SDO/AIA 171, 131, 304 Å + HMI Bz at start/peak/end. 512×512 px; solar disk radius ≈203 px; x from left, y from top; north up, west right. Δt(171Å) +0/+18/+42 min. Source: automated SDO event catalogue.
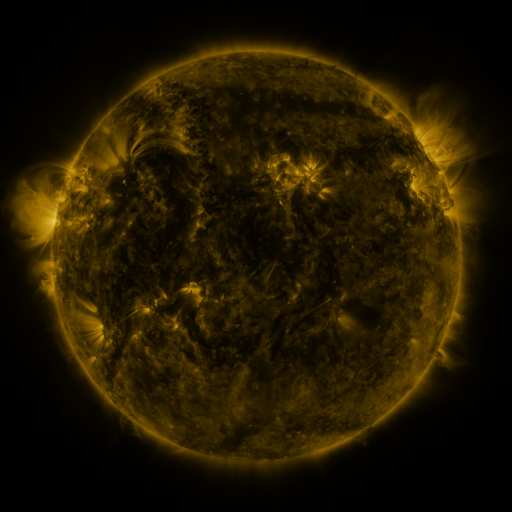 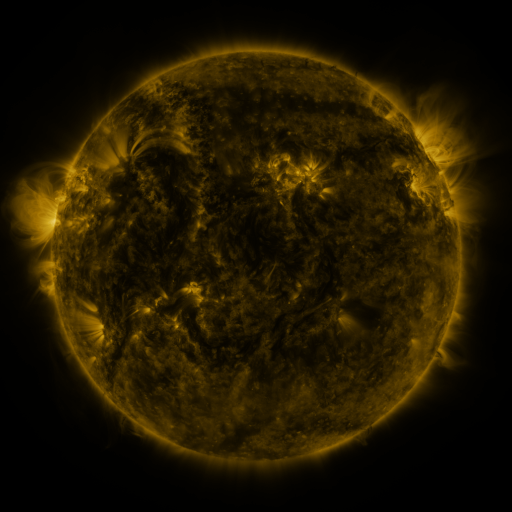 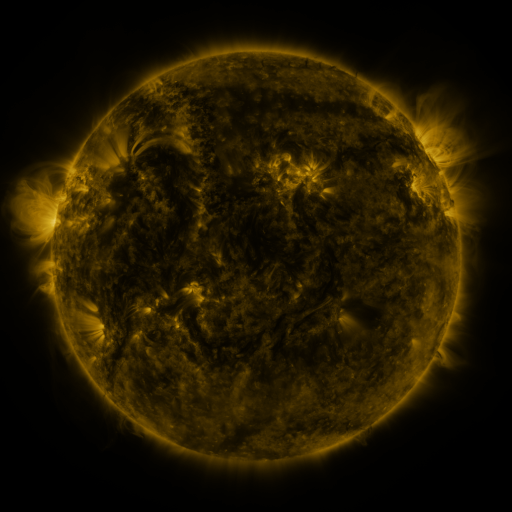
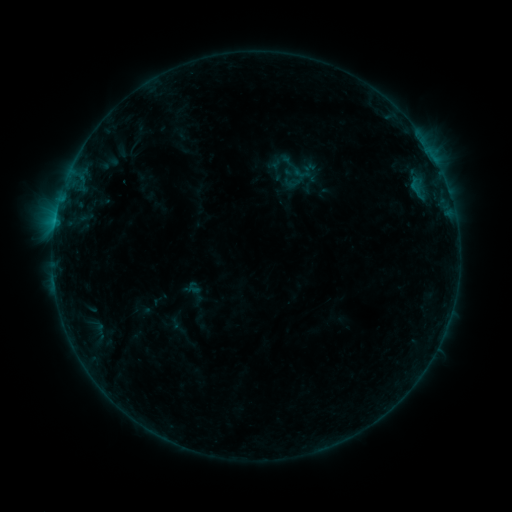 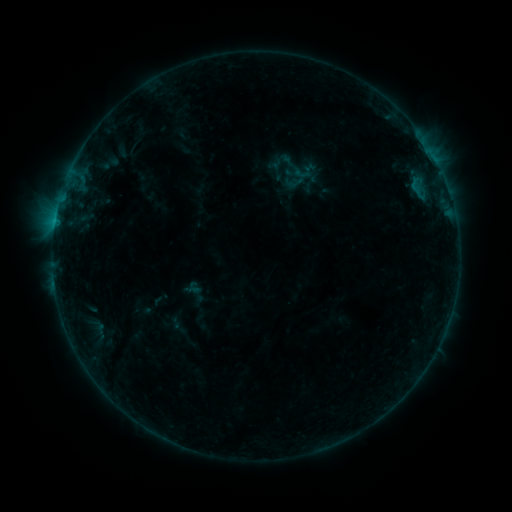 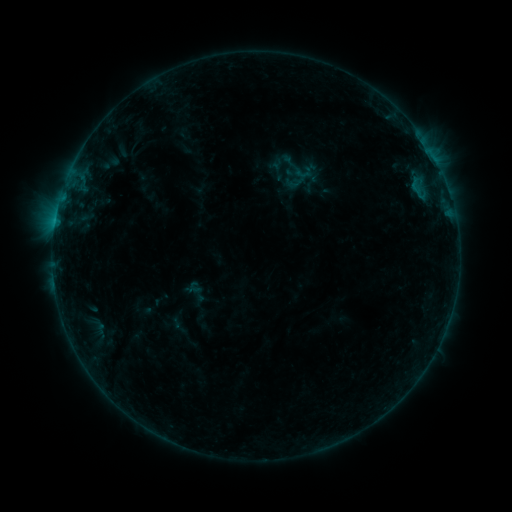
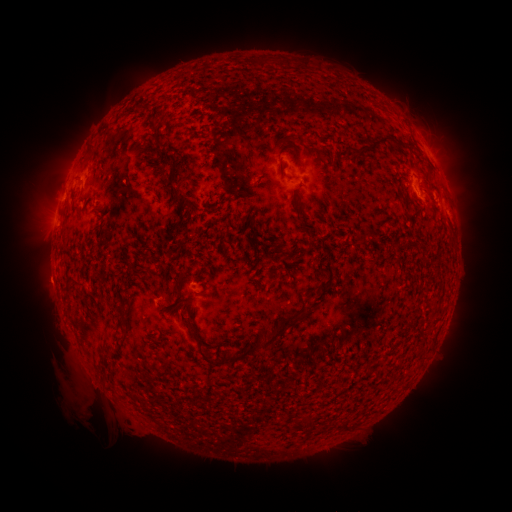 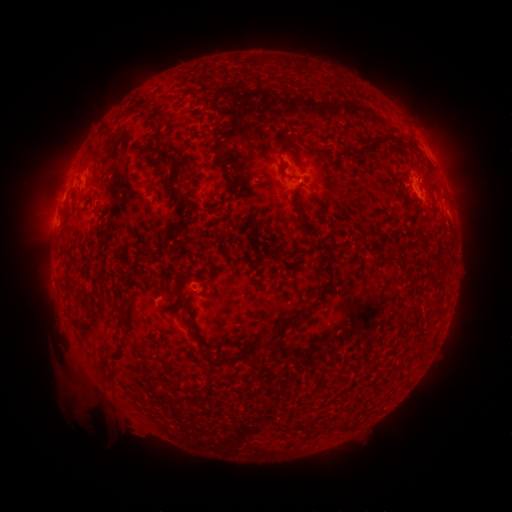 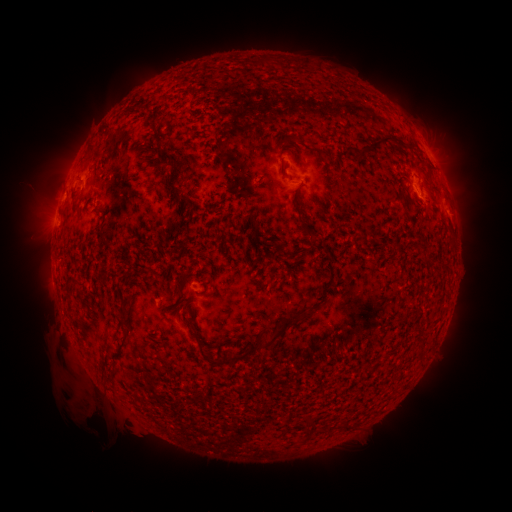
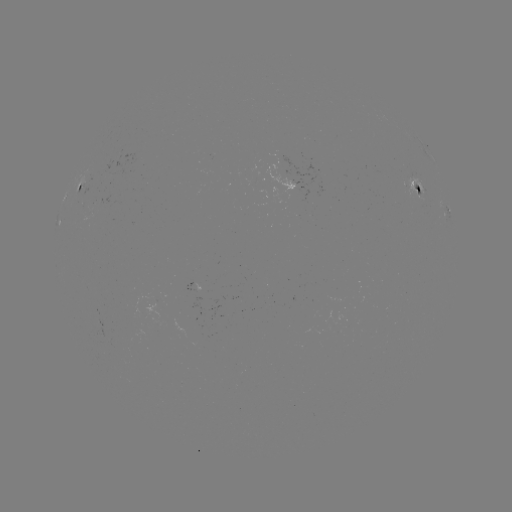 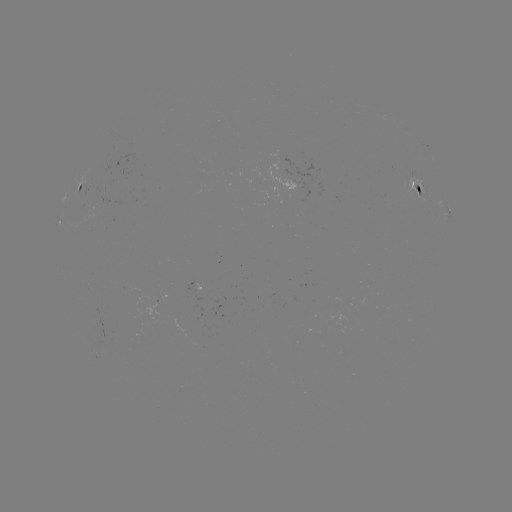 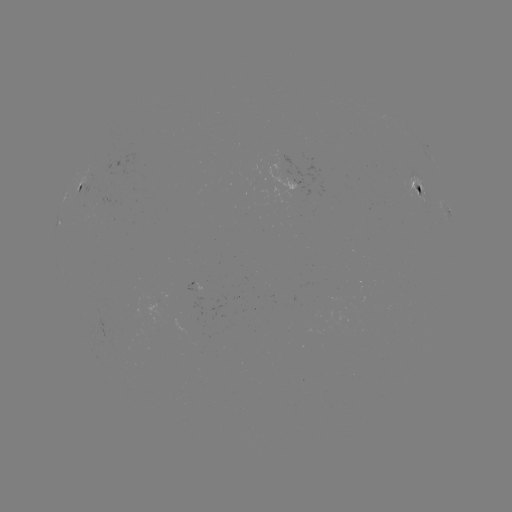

no classed flare was catalogued and no EUV brightening was flagged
